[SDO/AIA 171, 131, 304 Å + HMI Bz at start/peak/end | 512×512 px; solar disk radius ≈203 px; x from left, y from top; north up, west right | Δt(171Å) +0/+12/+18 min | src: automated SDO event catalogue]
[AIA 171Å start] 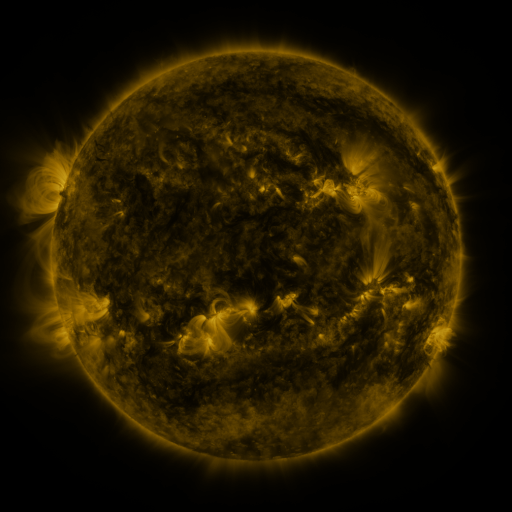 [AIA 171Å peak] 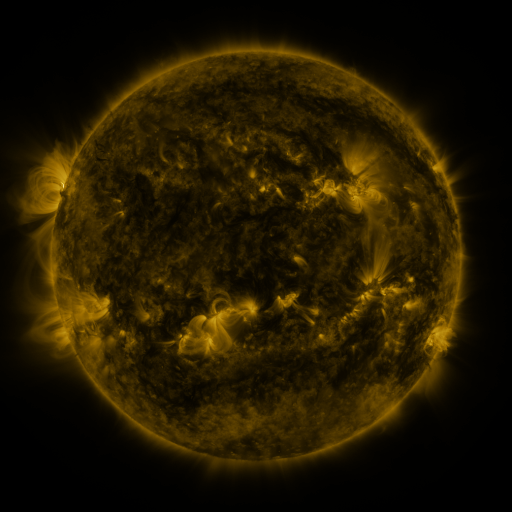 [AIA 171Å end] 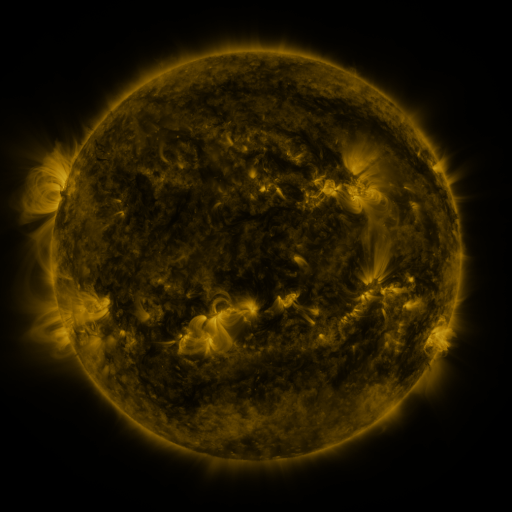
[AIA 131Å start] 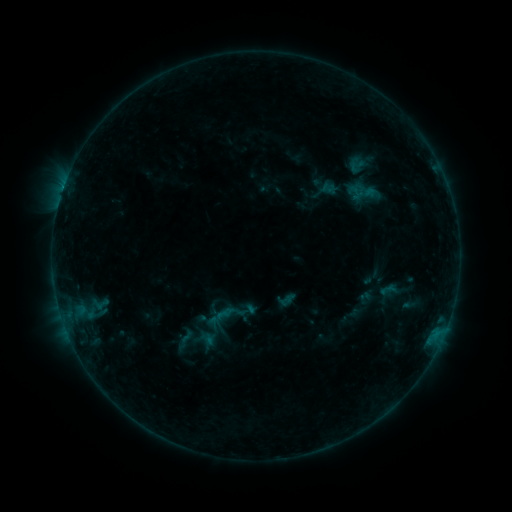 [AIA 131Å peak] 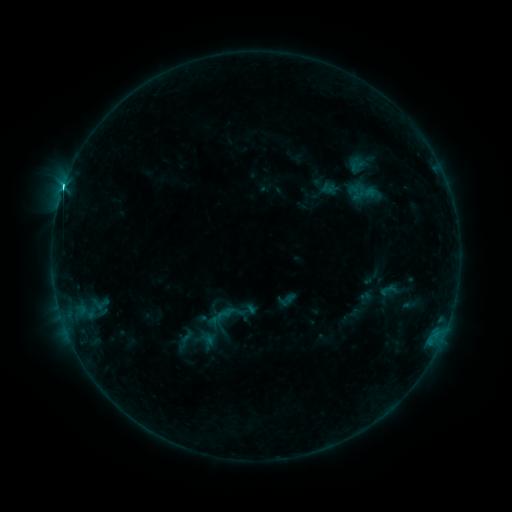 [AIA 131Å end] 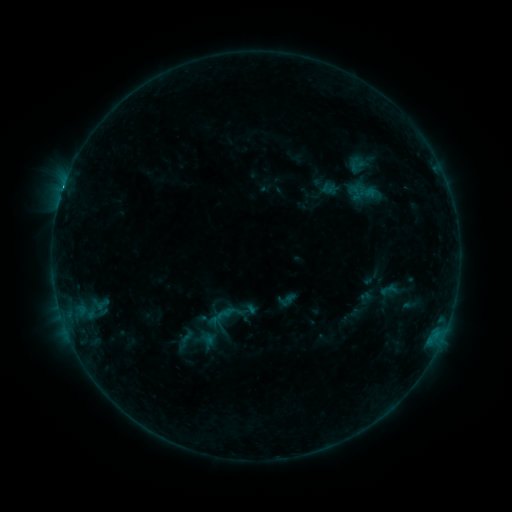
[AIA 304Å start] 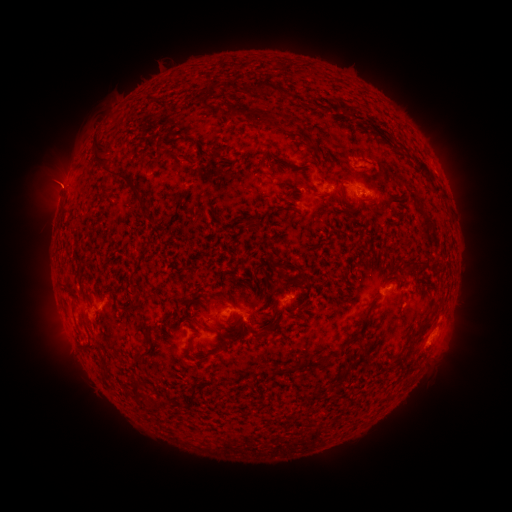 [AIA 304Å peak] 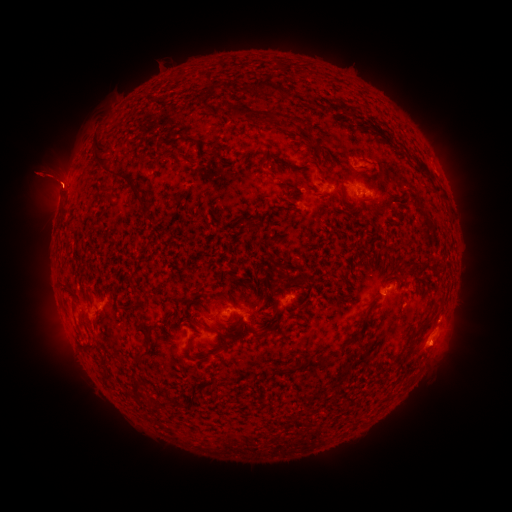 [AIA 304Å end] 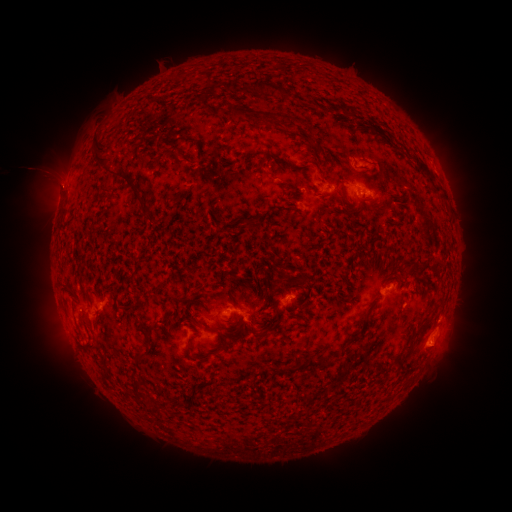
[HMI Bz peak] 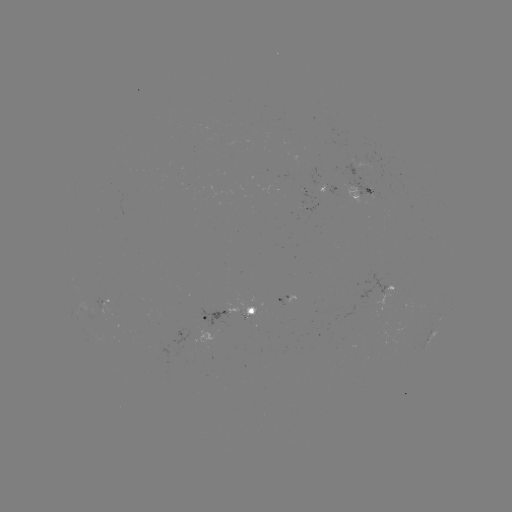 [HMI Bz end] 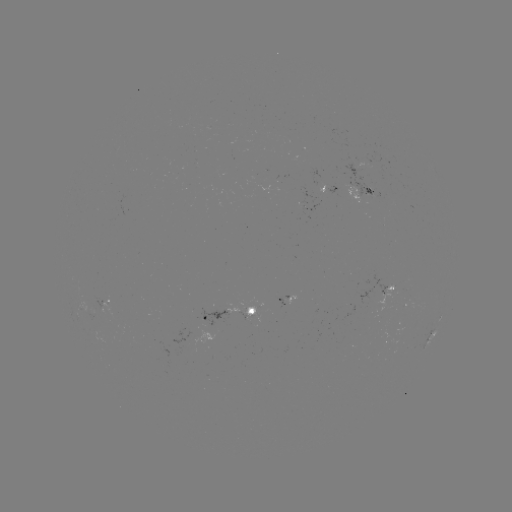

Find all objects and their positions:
C7.7 flare: (64, 189)
